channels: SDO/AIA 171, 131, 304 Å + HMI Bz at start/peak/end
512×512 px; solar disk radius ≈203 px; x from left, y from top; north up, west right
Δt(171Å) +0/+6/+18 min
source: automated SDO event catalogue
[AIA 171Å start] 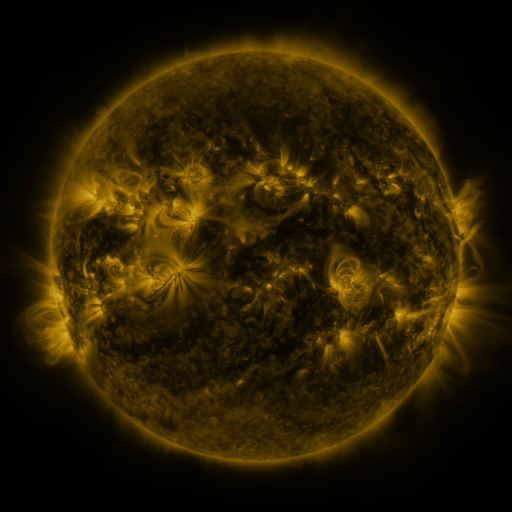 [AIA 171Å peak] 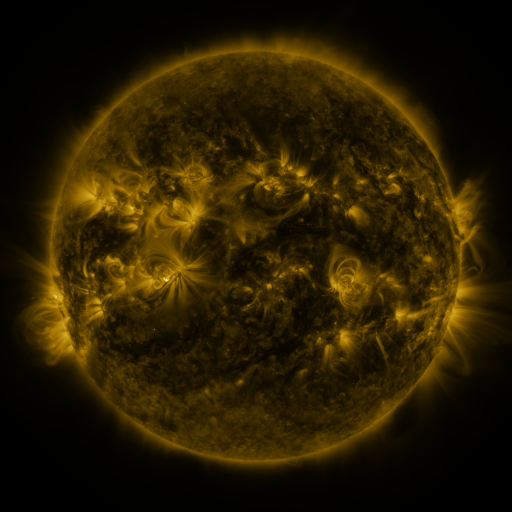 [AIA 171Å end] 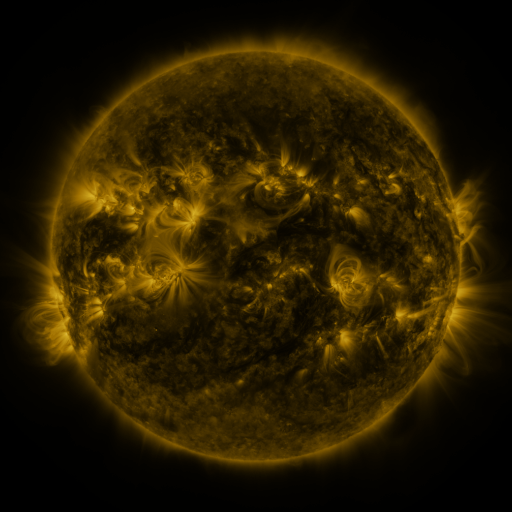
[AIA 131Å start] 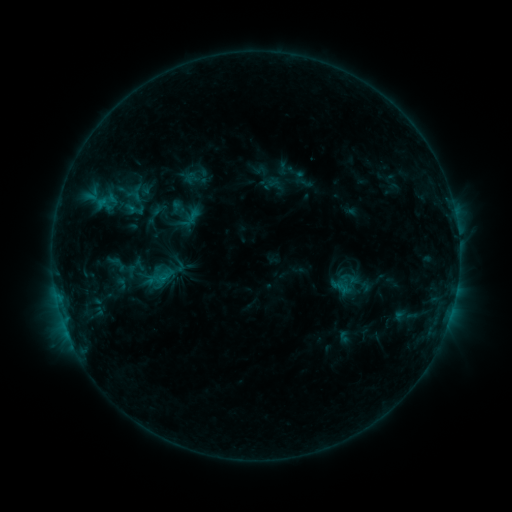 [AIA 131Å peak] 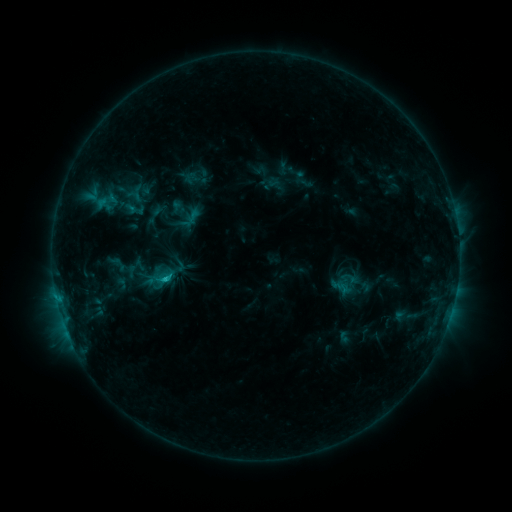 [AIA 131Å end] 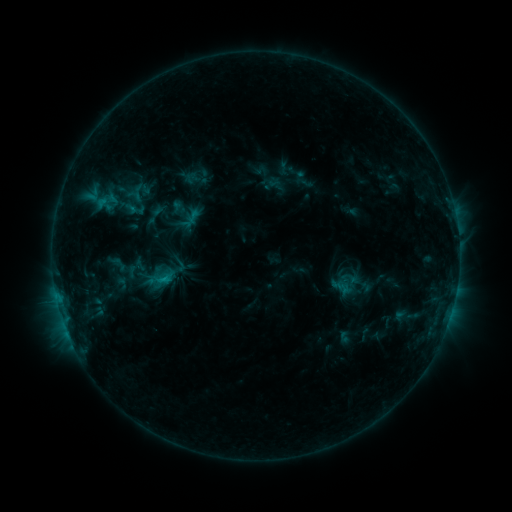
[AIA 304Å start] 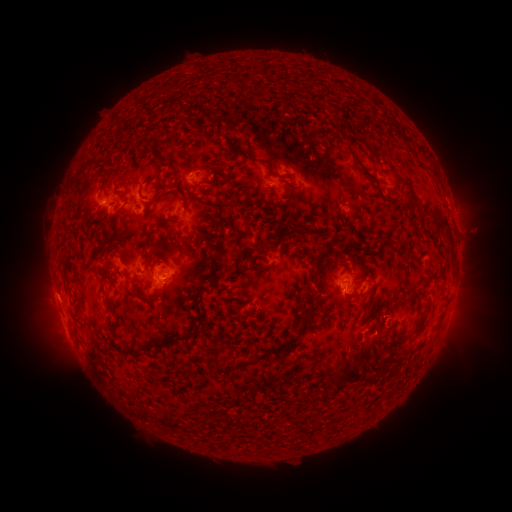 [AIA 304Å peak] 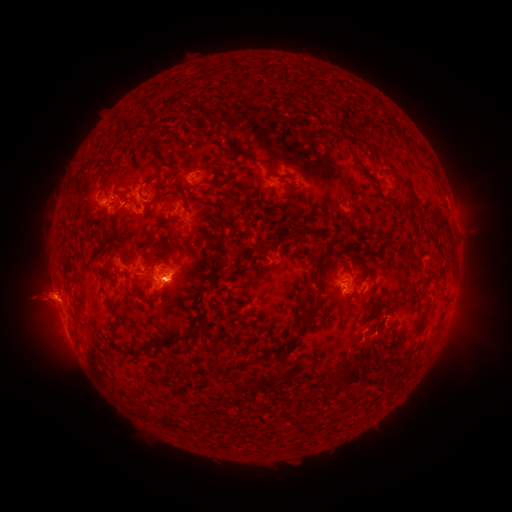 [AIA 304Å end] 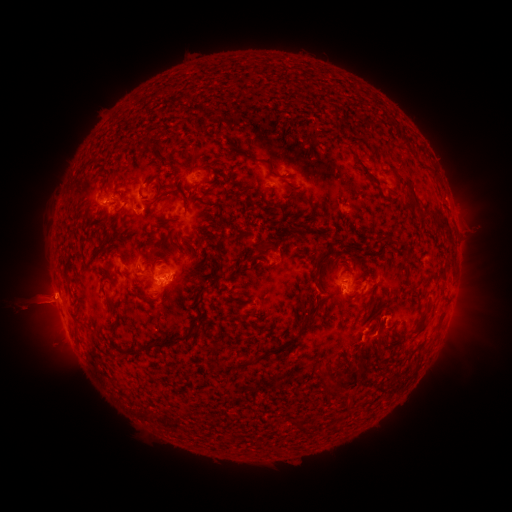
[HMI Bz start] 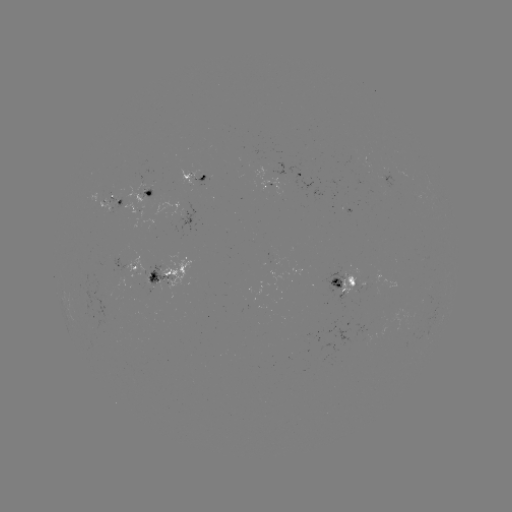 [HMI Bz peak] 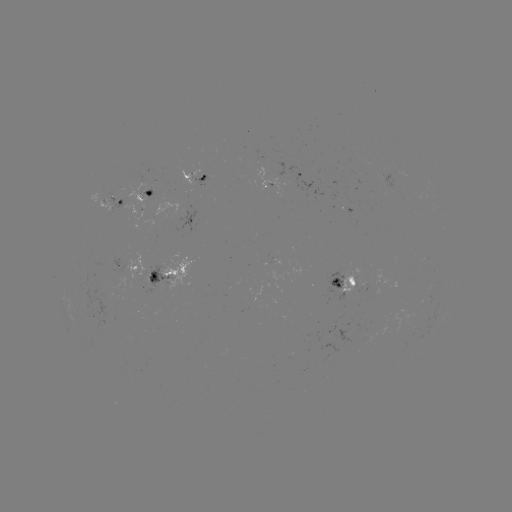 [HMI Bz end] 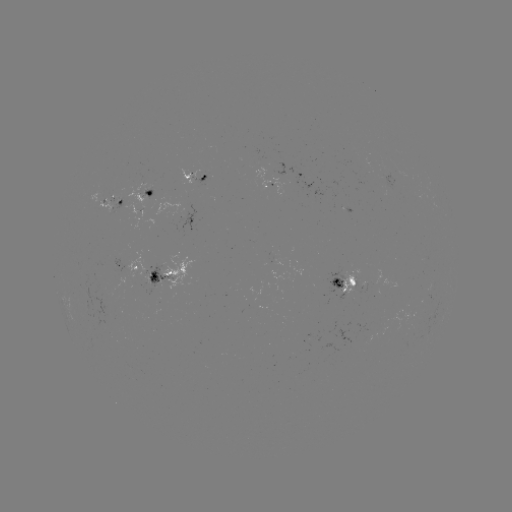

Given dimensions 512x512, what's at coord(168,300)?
eruption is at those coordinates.